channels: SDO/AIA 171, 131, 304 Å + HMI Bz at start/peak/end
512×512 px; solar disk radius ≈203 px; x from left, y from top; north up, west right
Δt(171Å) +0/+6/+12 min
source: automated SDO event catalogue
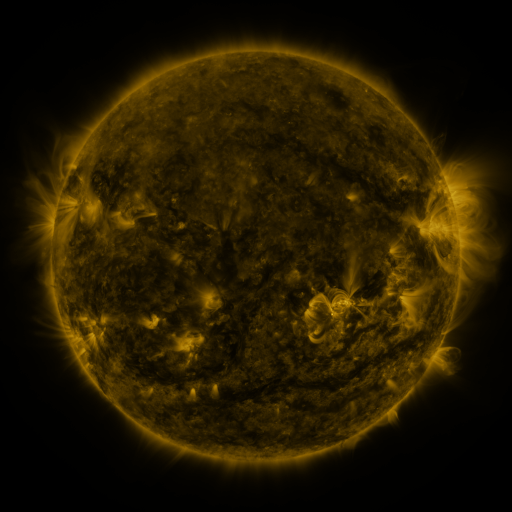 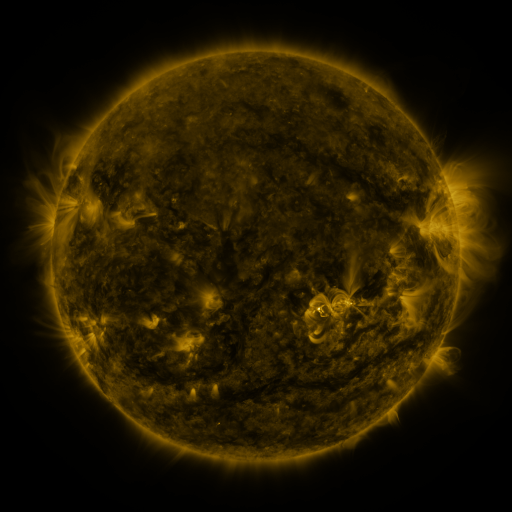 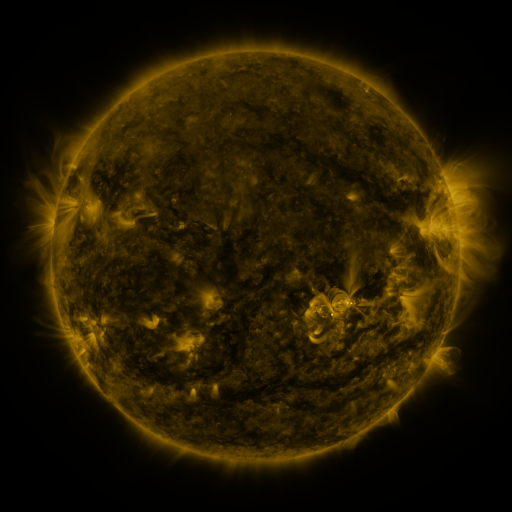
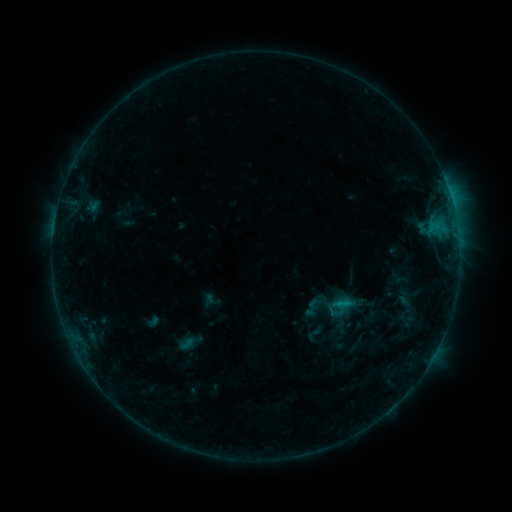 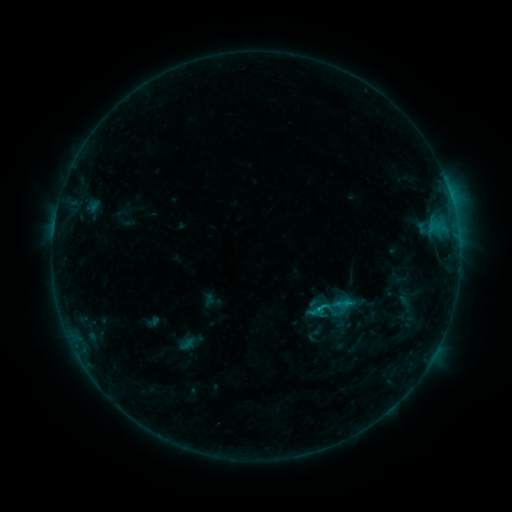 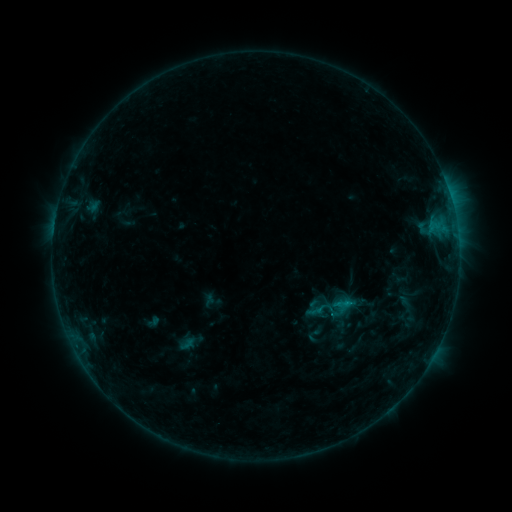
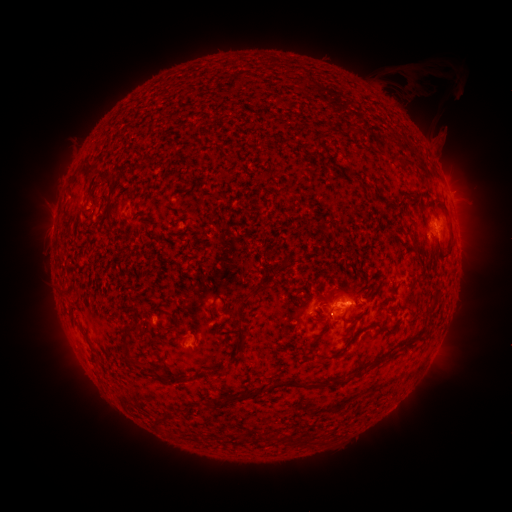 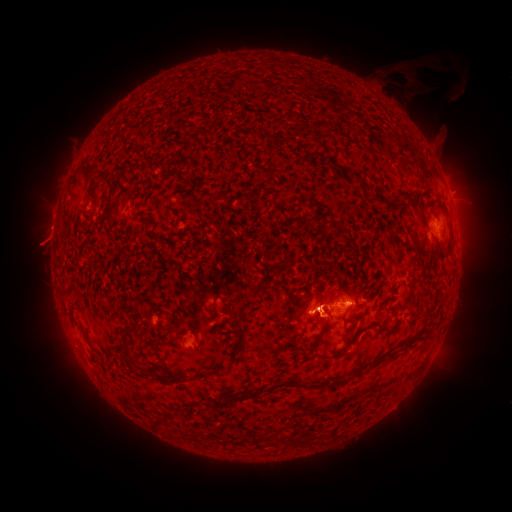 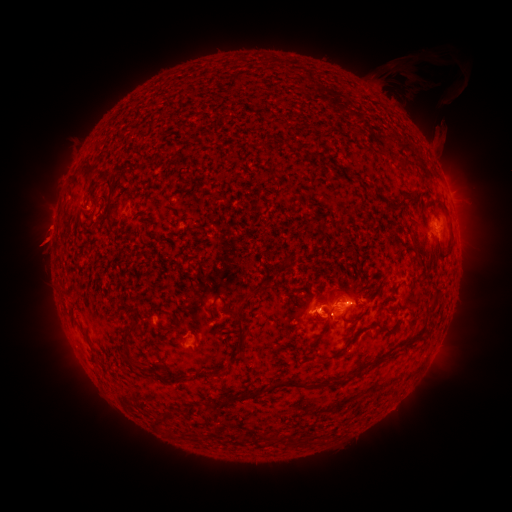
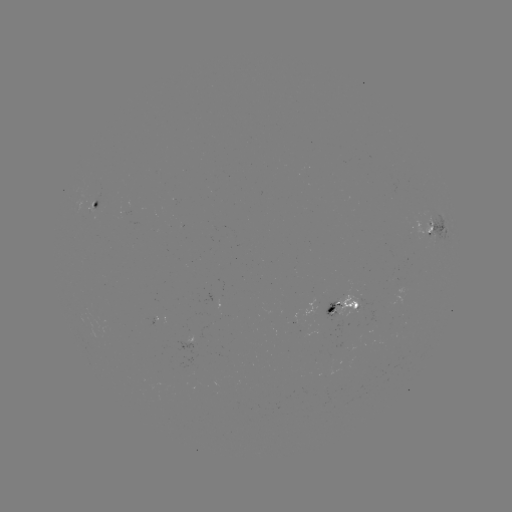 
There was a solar eruption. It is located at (44, 239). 